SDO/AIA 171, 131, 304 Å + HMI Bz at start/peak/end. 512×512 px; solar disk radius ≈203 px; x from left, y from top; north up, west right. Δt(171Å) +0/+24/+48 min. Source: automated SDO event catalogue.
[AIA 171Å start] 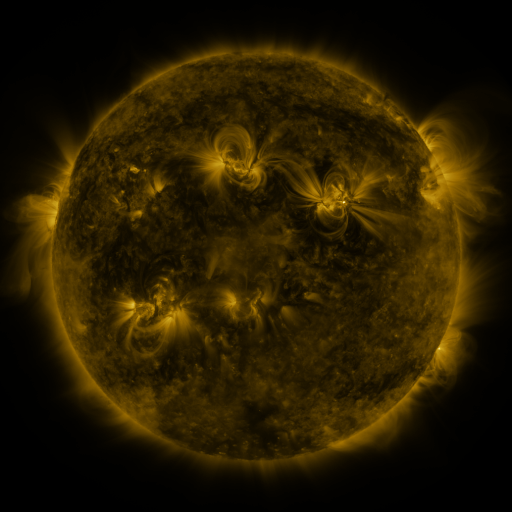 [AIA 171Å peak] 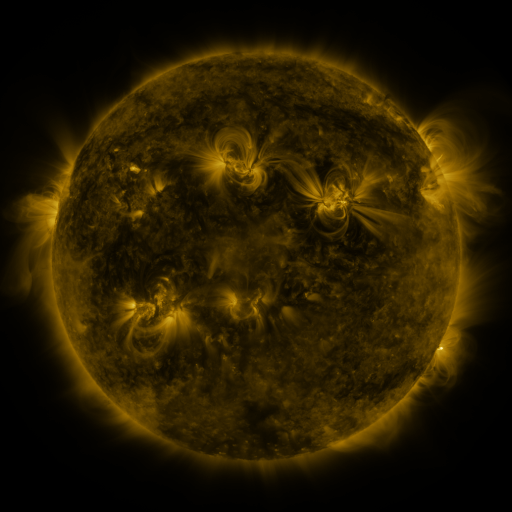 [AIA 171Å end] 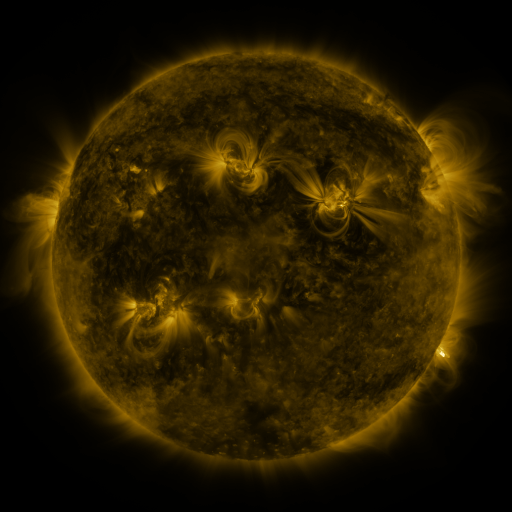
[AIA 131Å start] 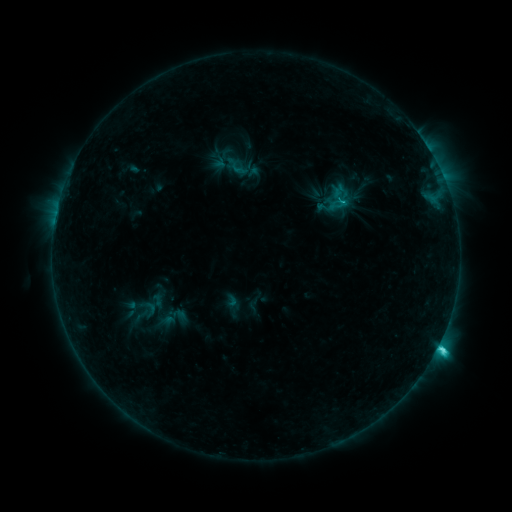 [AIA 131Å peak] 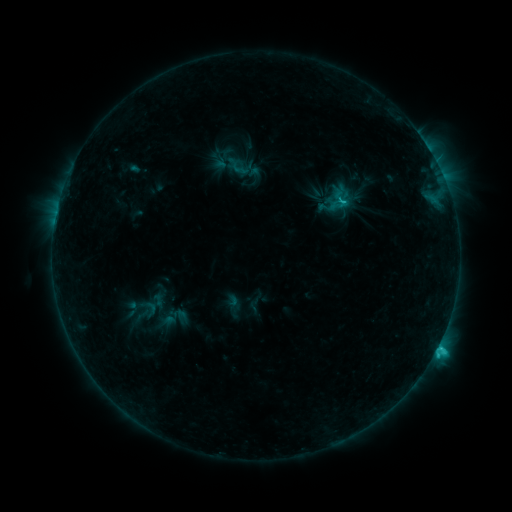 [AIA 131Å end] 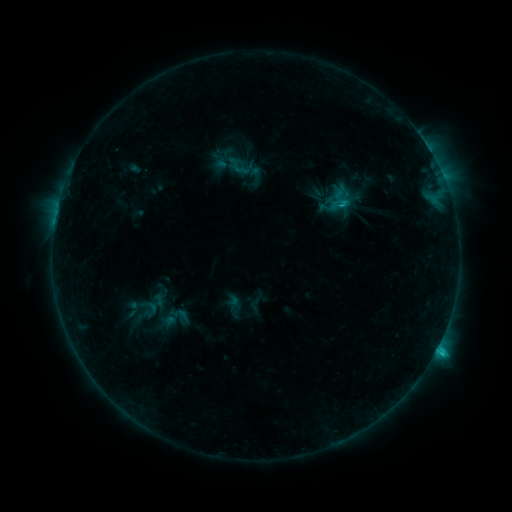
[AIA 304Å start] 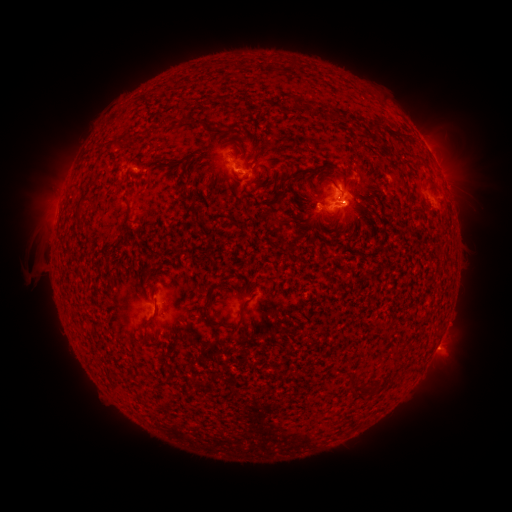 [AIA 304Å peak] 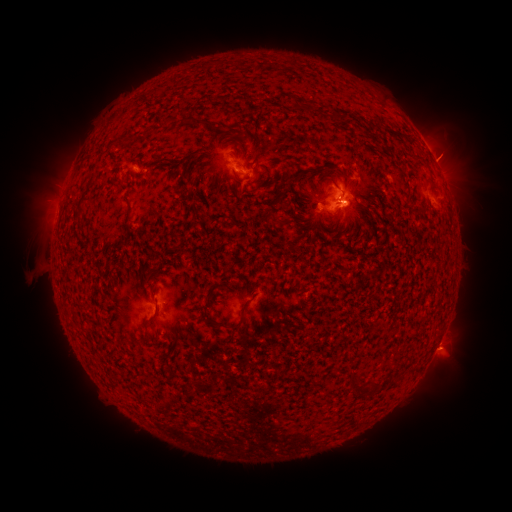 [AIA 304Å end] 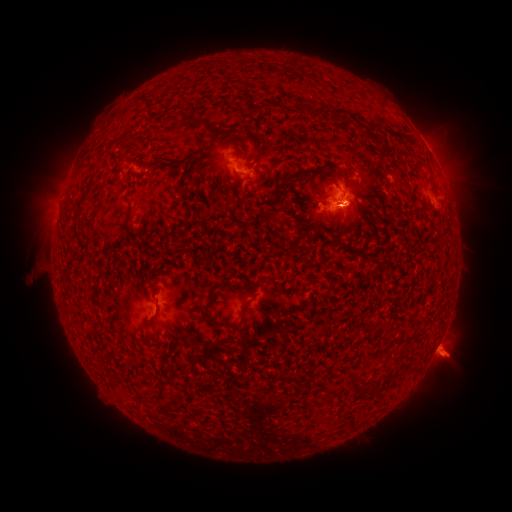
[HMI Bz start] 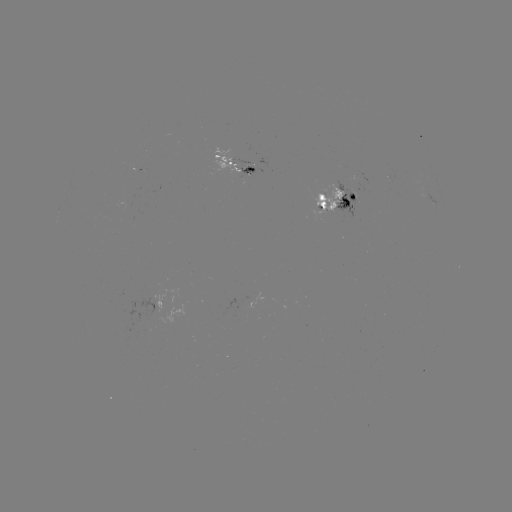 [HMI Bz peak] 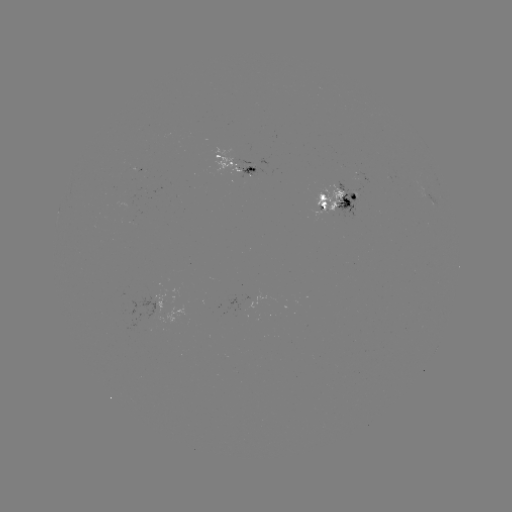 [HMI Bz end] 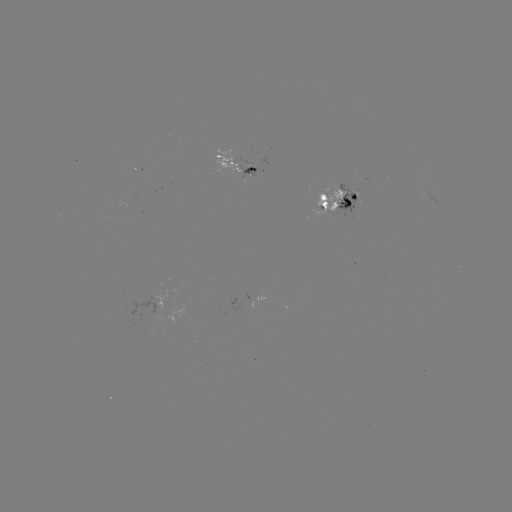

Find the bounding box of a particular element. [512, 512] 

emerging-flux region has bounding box [136, 297, 167, 321].